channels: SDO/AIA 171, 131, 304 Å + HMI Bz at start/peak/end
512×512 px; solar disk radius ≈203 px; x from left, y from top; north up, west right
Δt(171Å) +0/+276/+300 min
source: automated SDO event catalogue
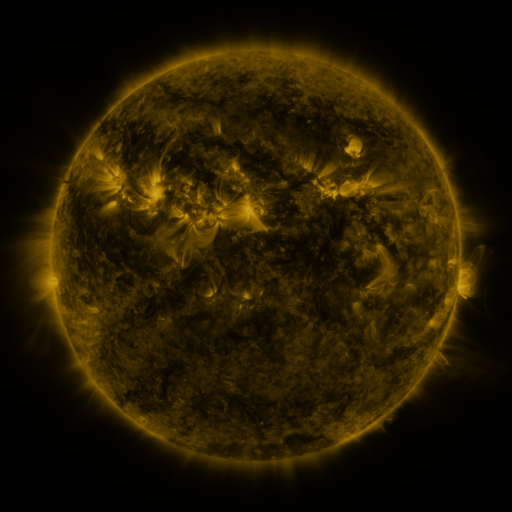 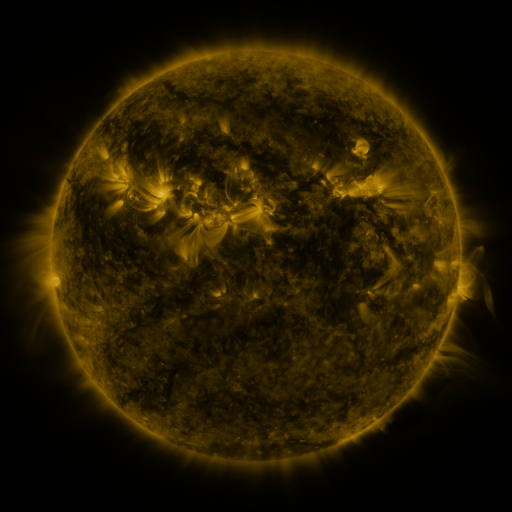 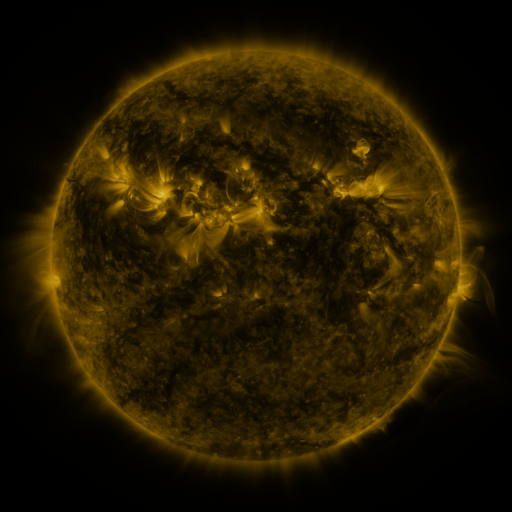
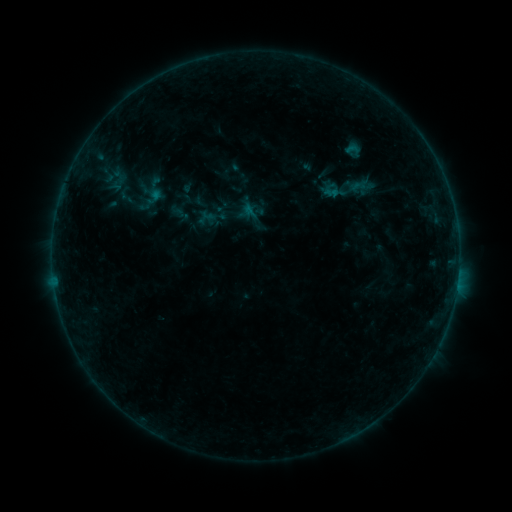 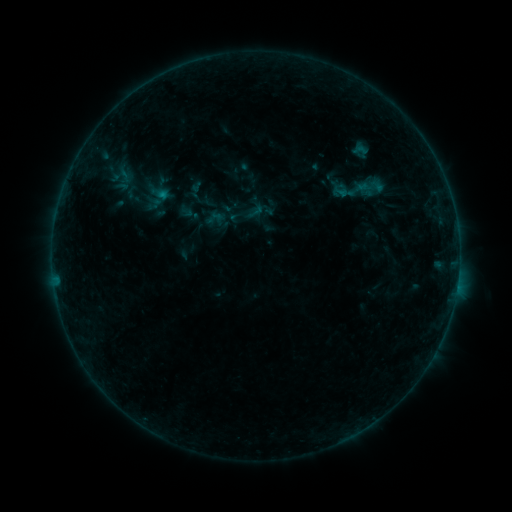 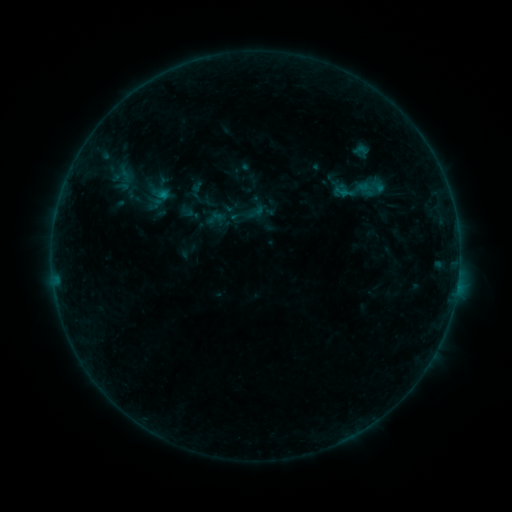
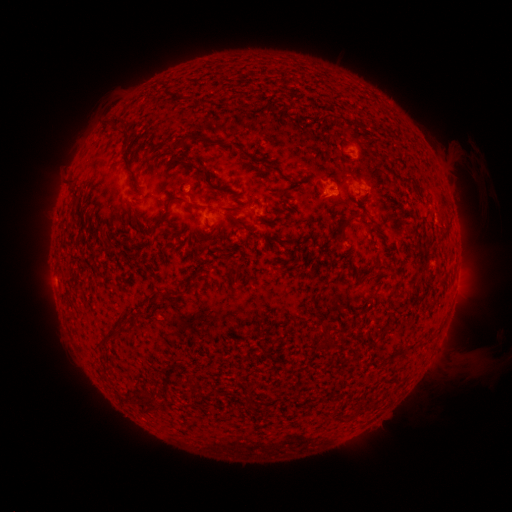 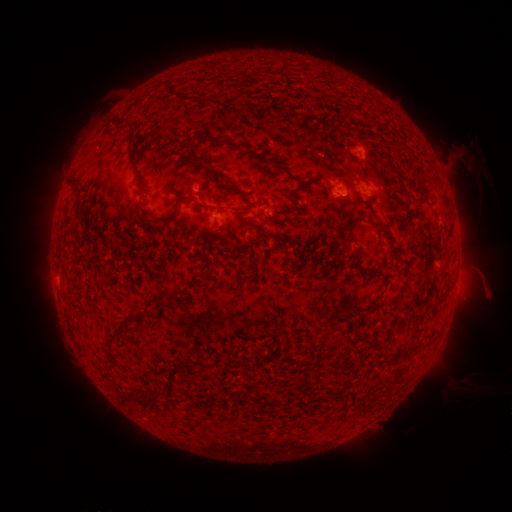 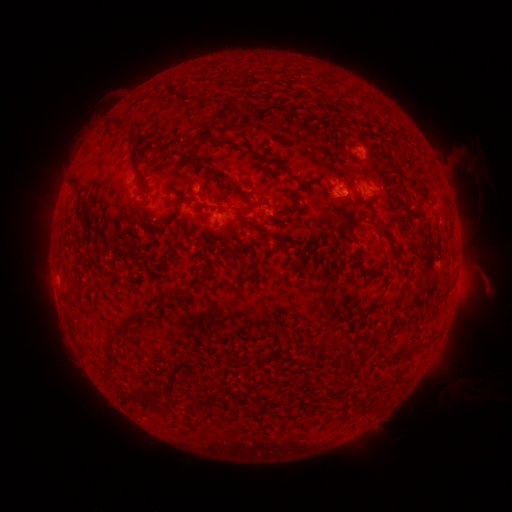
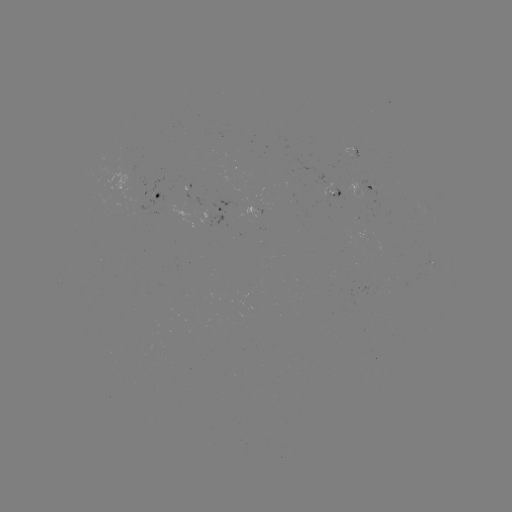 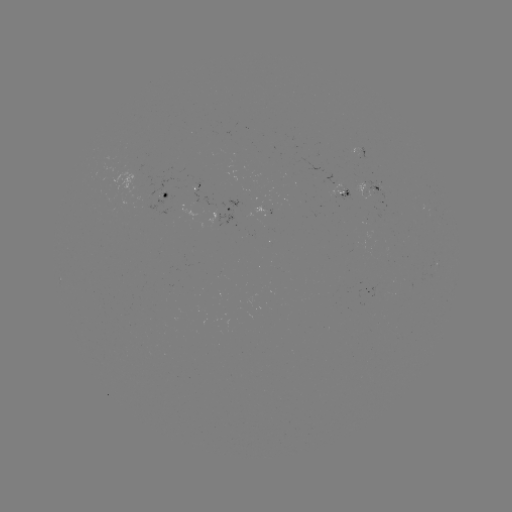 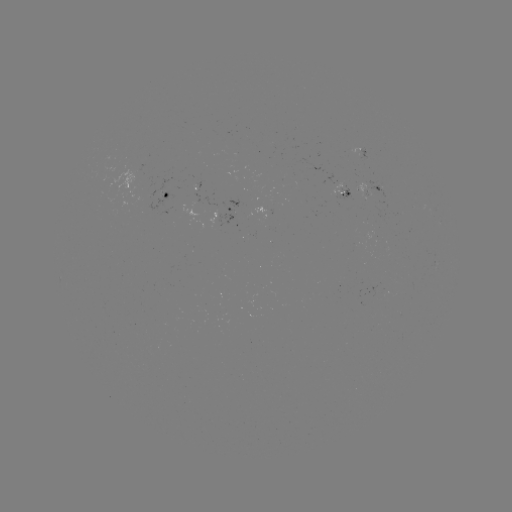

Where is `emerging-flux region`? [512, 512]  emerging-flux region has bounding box [328, 184, 352, 202].